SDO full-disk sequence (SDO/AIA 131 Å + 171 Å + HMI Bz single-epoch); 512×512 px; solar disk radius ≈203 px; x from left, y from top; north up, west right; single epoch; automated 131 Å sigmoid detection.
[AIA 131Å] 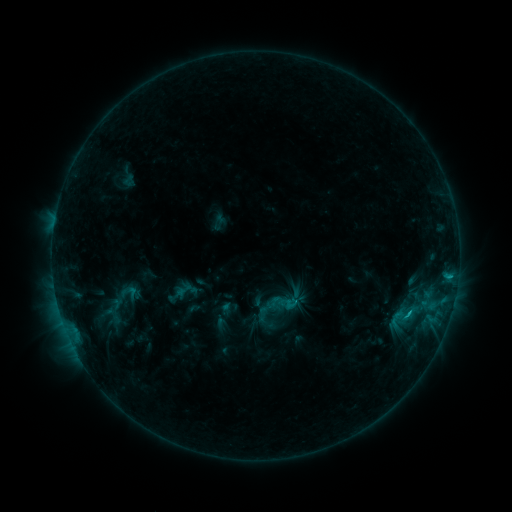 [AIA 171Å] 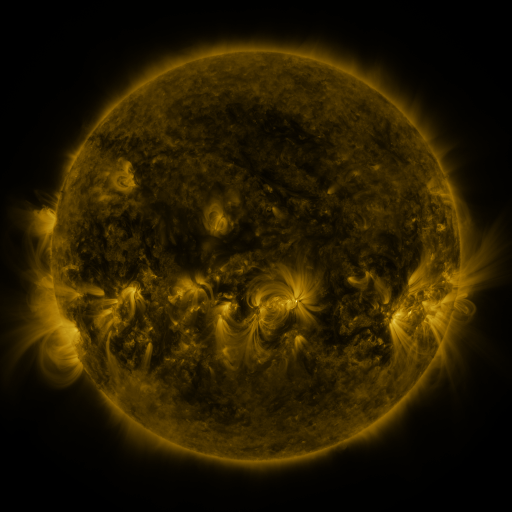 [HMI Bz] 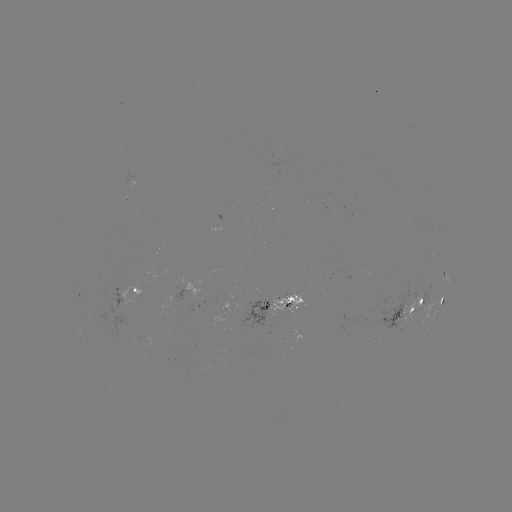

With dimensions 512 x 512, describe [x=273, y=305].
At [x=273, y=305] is sigmoid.